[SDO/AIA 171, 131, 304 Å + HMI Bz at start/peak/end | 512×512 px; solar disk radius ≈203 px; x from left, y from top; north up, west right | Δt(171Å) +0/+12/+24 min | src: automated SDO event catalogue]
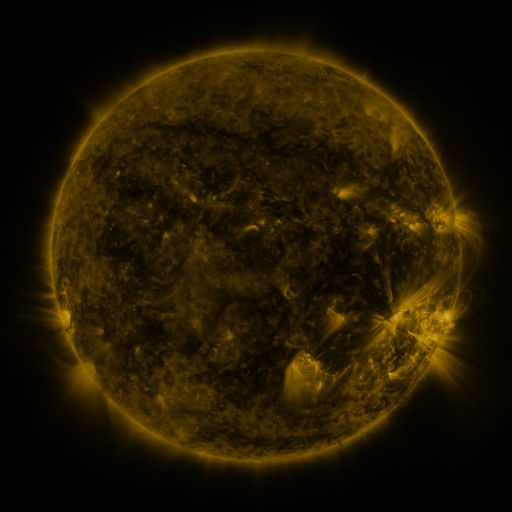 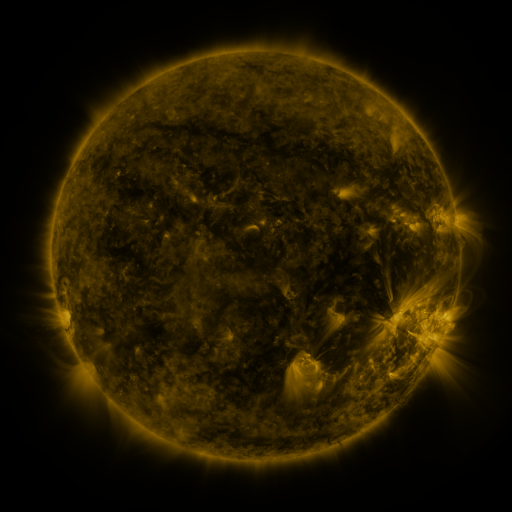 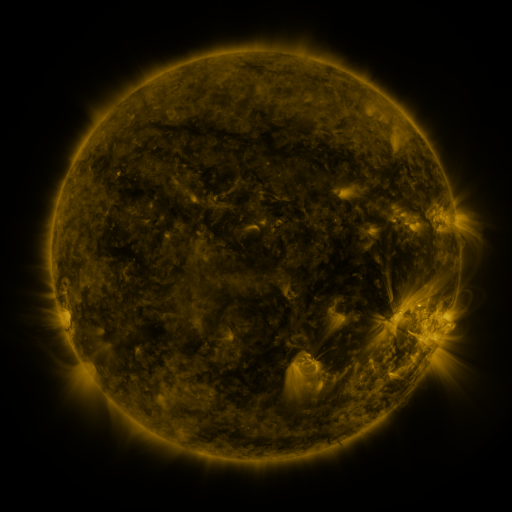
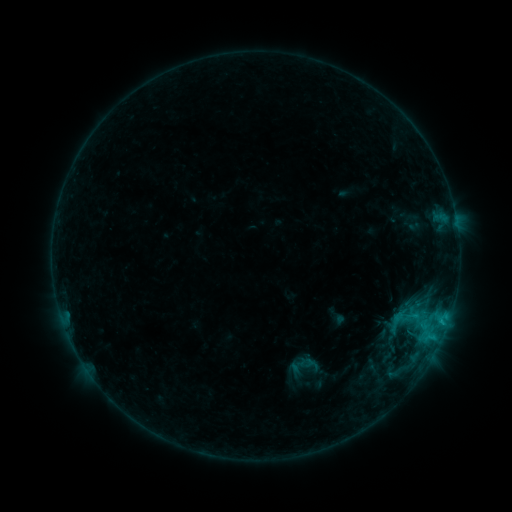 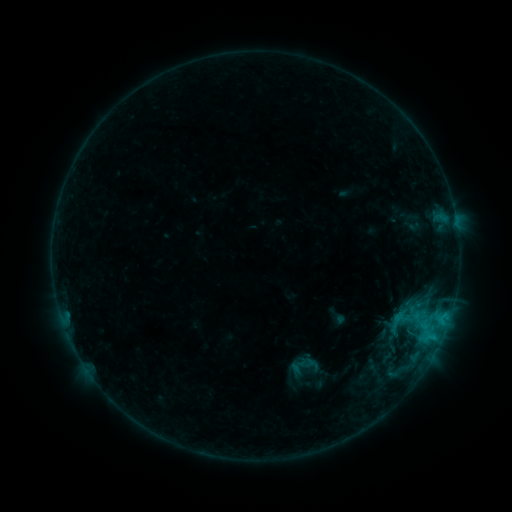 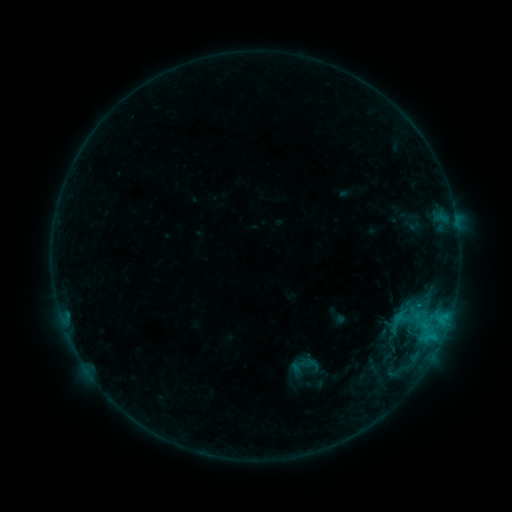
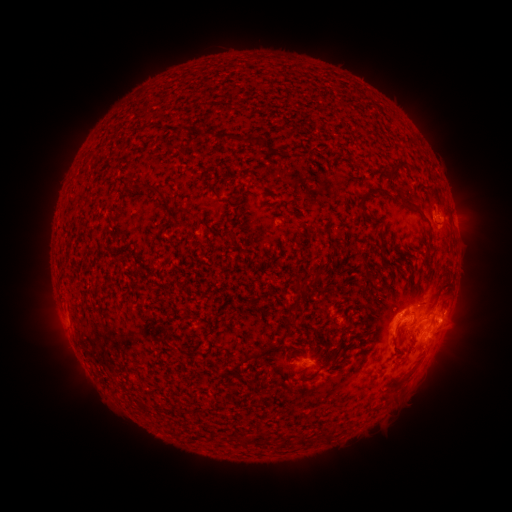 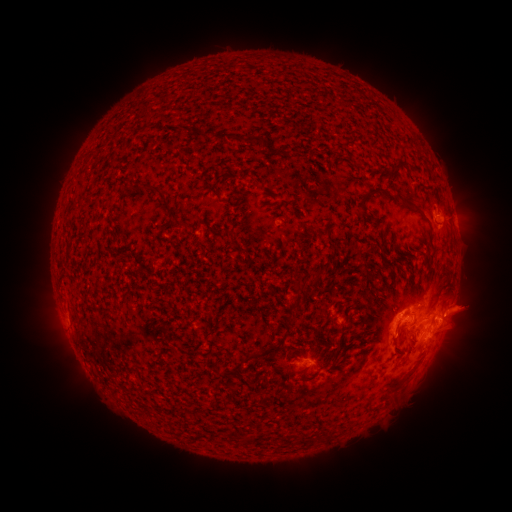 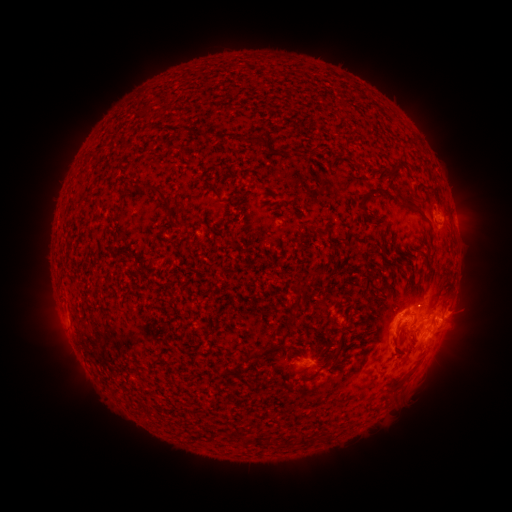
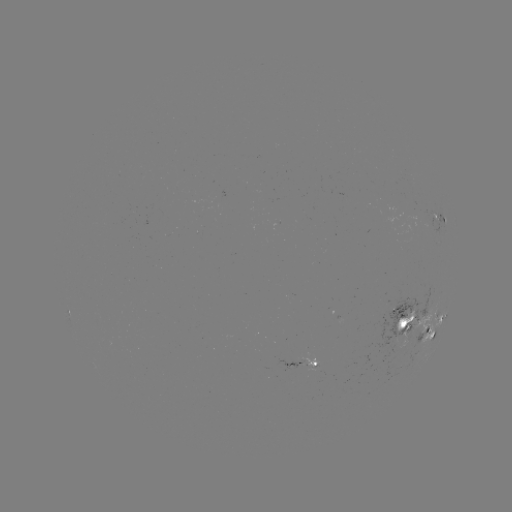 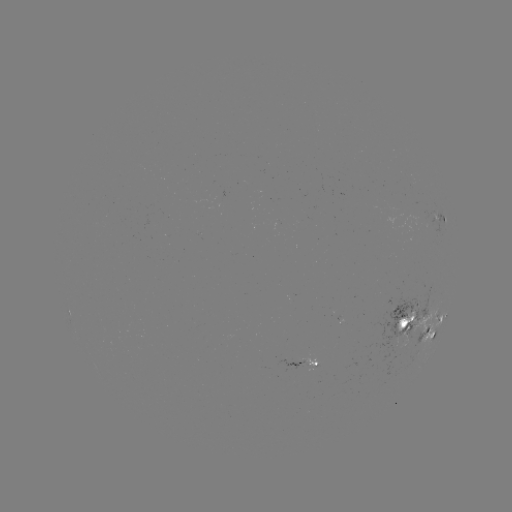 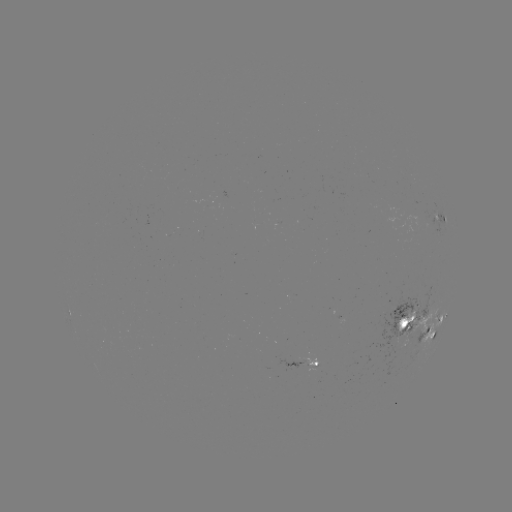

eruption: [399, 220, 511, 403]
